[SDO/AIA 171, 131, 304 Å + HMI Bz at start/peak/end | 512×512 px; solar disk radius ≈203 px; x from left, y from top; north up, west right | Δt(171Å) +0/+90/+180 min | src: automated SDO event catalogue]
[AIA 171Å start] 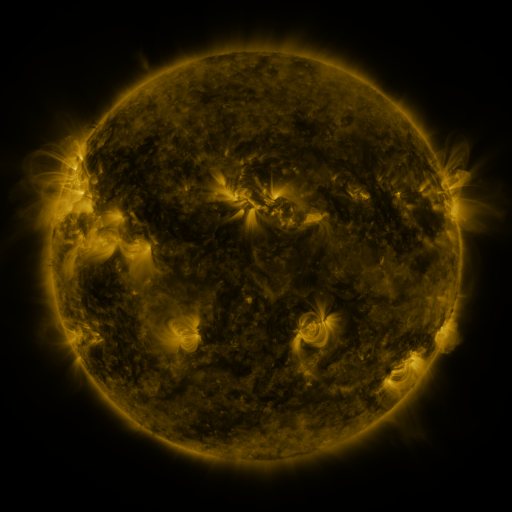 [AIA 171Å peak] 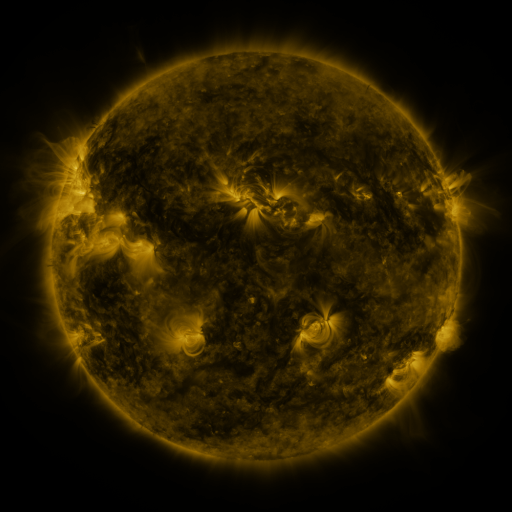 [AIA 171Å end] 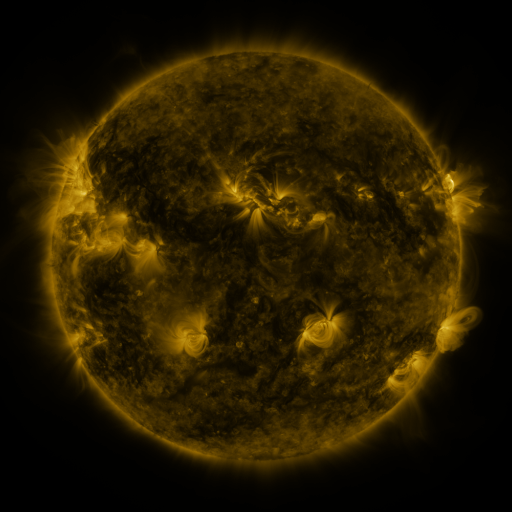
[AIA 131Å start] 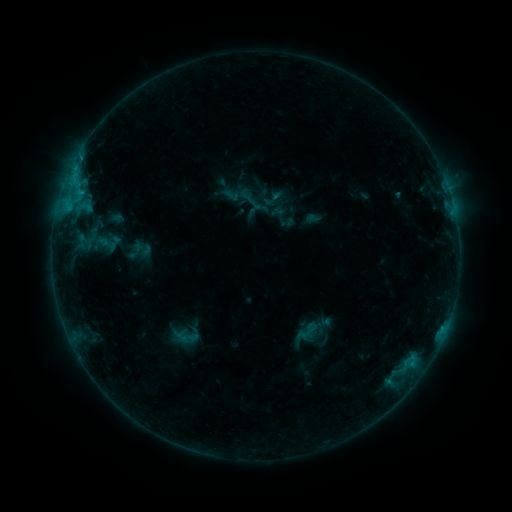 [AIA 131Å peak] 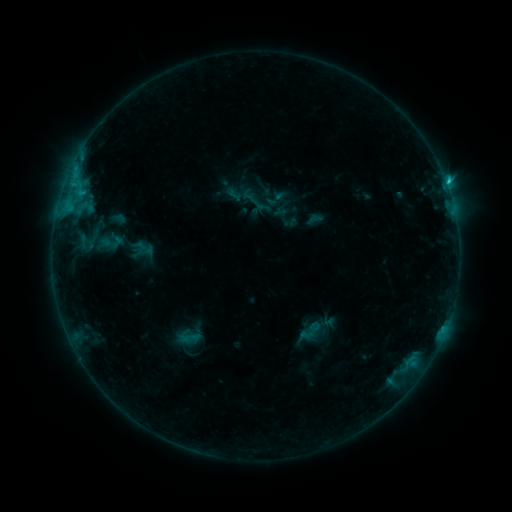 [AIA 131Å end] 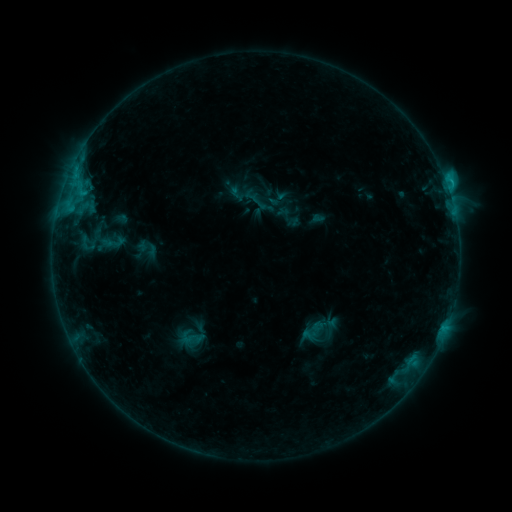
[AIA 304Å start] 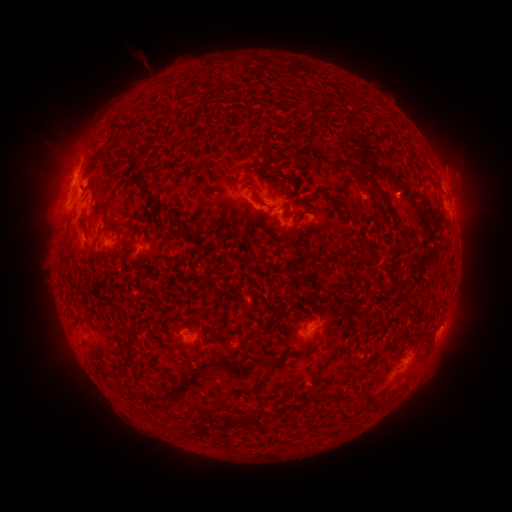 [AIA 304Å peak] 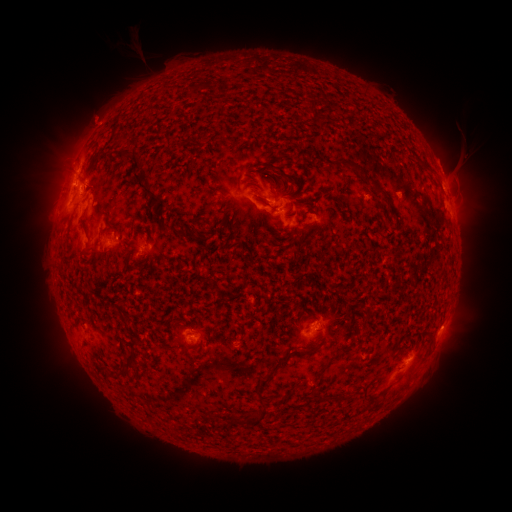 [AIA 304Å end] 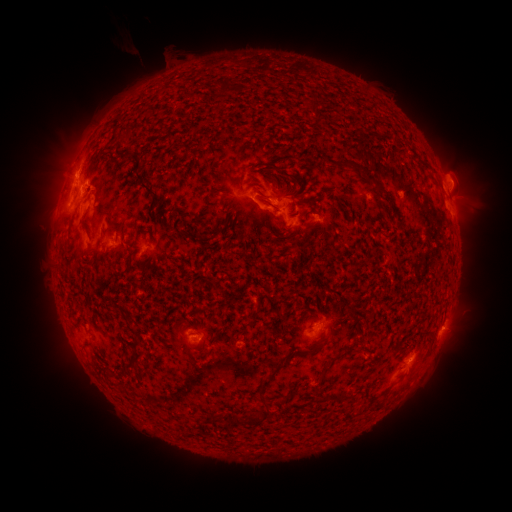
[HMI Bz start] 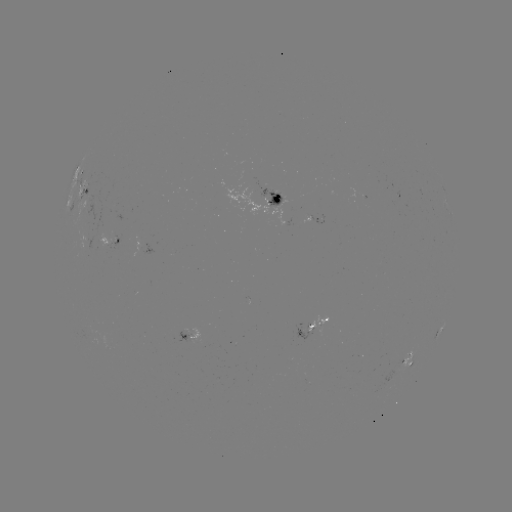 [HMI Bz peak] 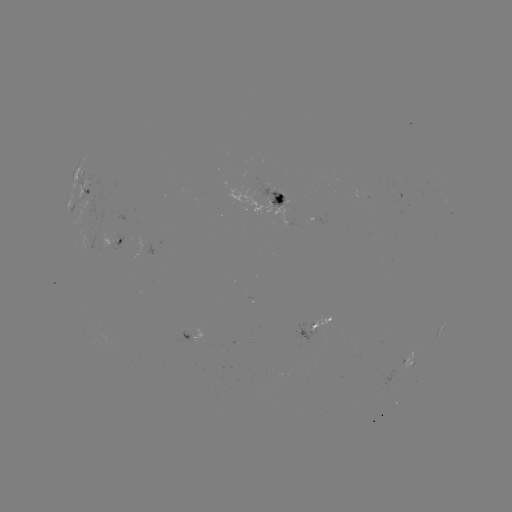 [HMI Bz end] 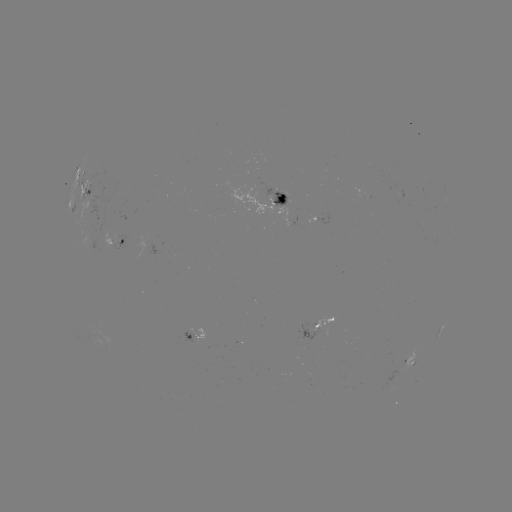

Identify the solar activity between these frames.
filament eruption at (342, 171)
